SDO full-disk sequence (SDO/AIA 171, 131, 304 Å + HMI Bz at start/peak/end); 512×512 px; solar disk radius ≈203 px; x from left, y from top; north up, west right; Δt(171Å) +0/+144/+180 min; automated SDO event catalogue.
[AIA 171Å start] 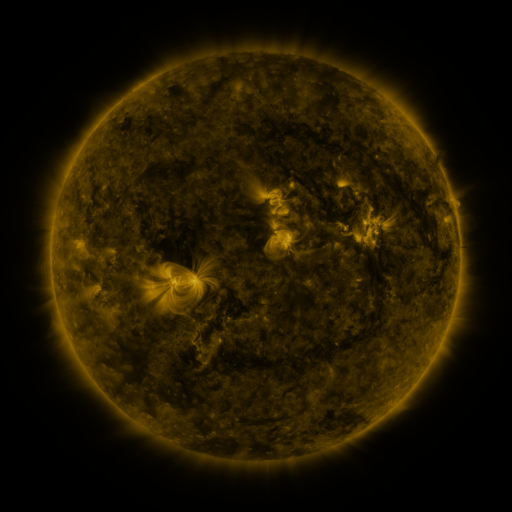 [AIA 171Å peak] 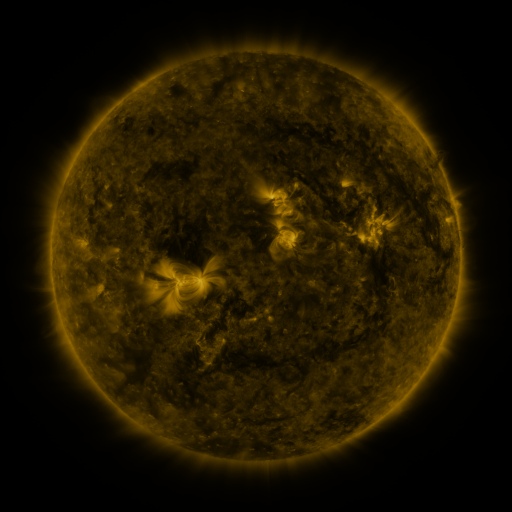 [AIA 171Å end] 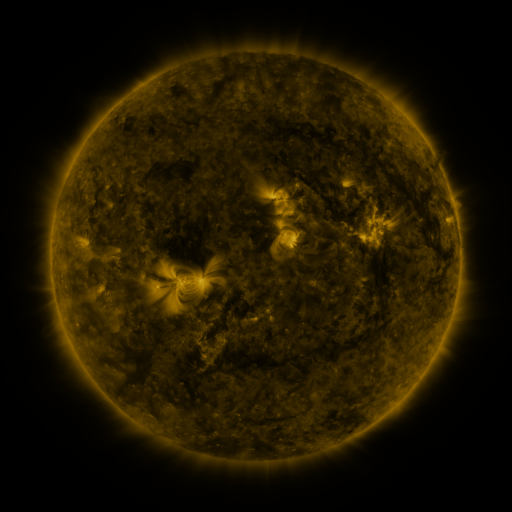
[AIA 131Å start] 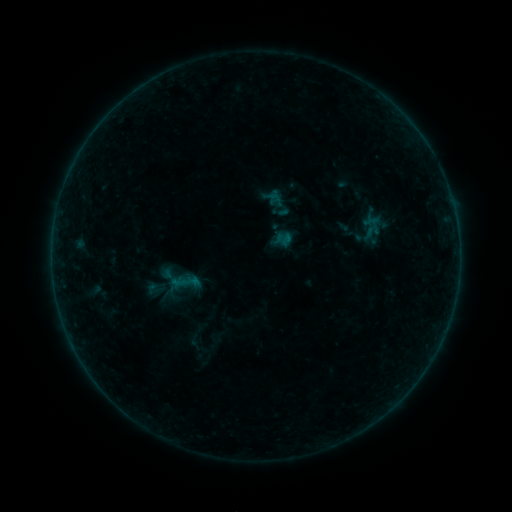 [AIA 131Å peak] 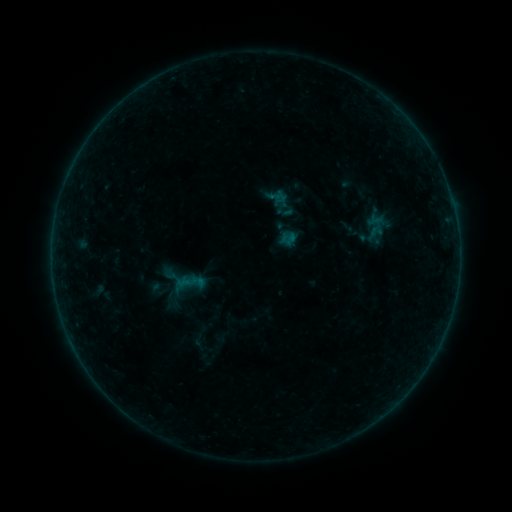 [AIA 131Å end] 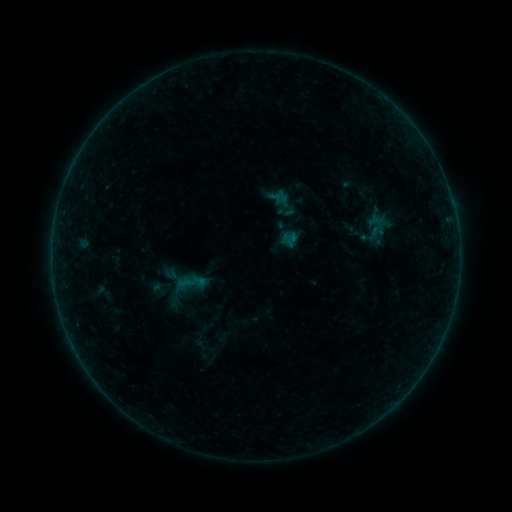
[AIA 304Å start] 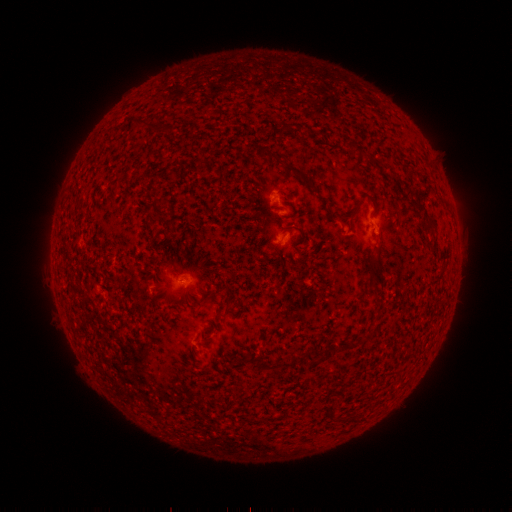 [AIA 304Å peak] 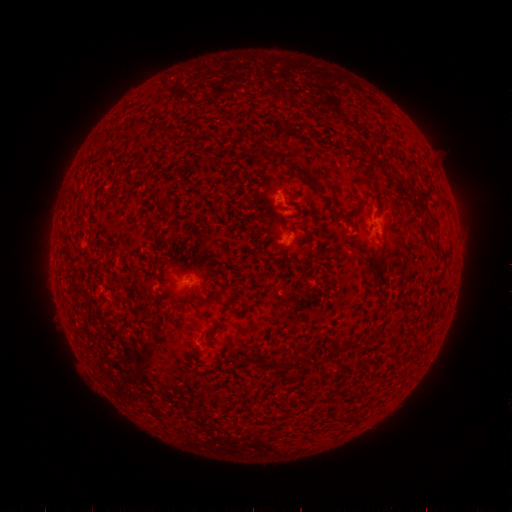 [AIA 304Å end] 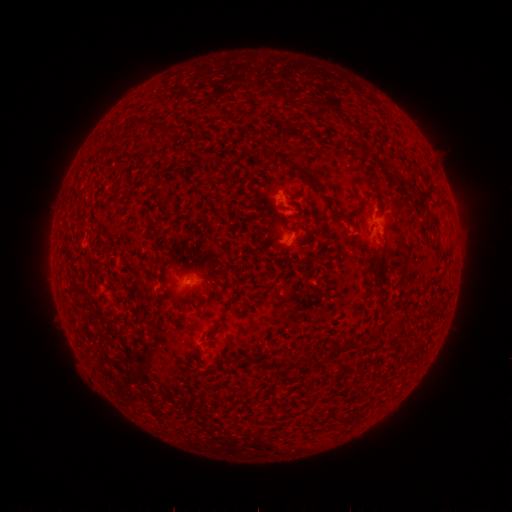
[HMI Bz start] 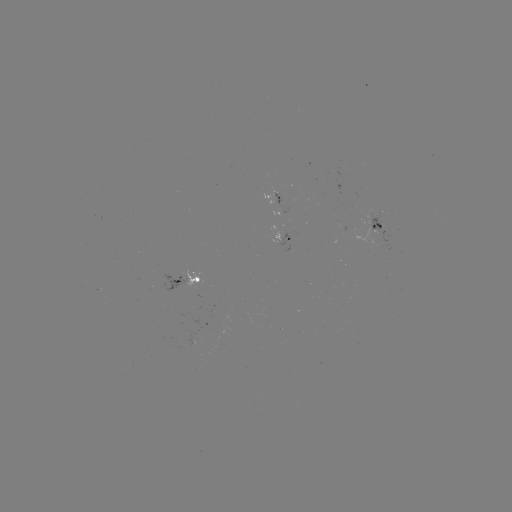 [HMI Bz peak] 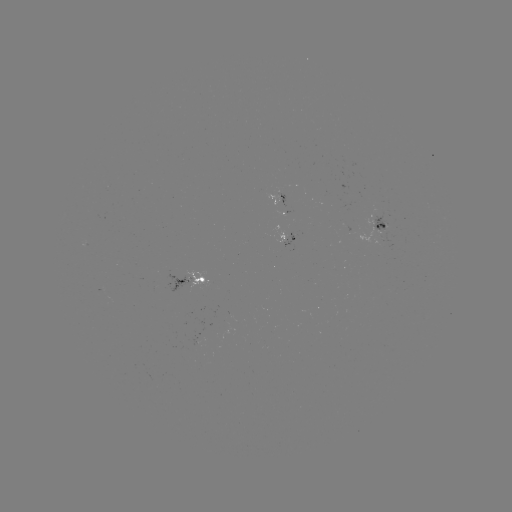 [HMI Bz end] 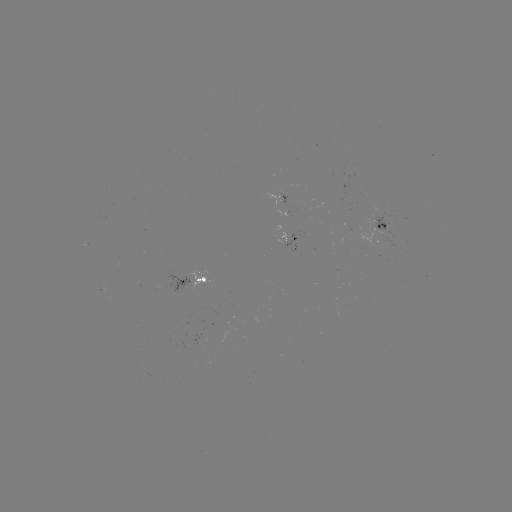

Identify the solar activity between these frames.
emerging-flux region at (267, 194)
